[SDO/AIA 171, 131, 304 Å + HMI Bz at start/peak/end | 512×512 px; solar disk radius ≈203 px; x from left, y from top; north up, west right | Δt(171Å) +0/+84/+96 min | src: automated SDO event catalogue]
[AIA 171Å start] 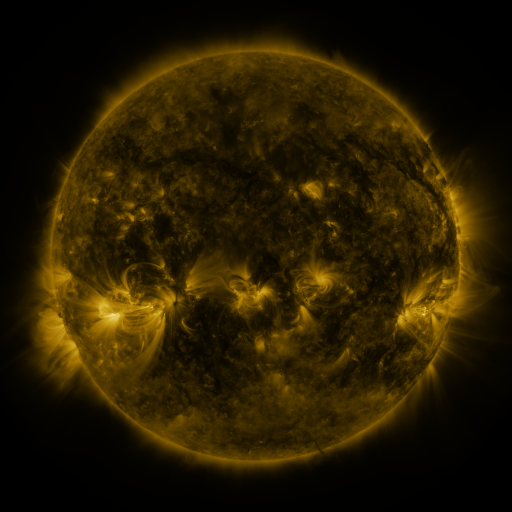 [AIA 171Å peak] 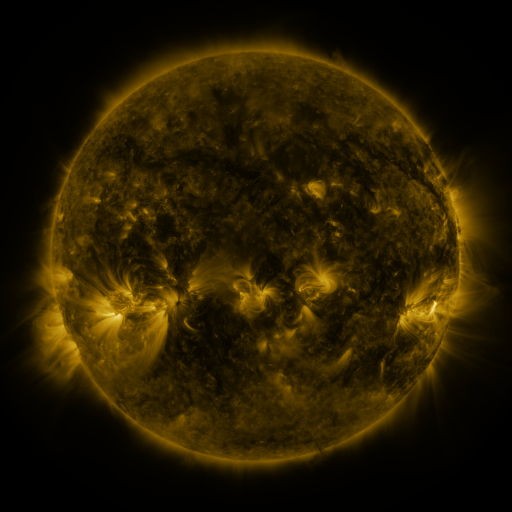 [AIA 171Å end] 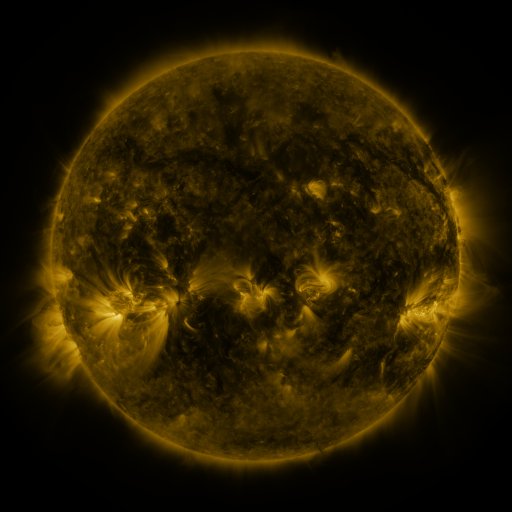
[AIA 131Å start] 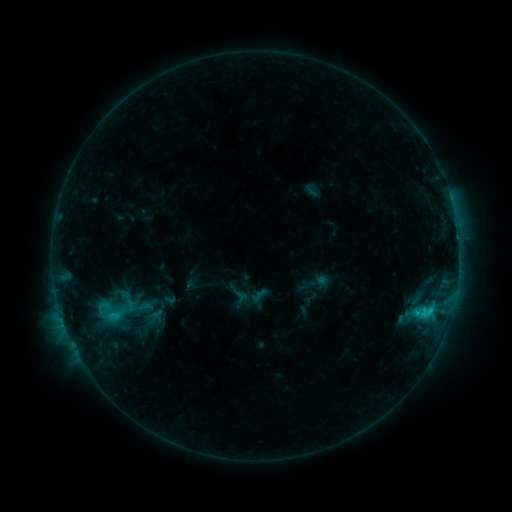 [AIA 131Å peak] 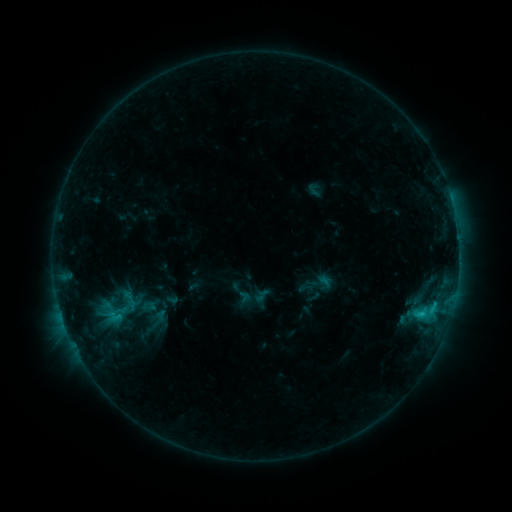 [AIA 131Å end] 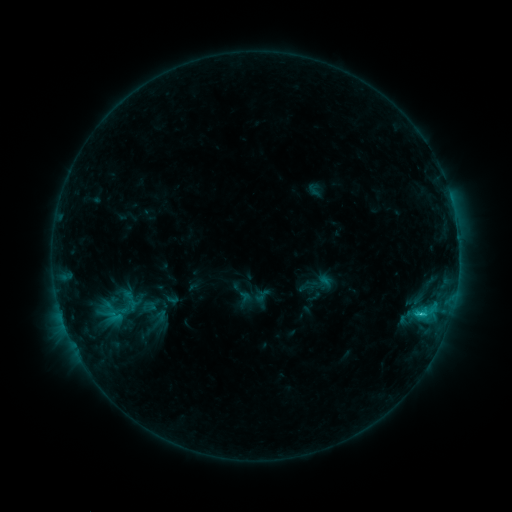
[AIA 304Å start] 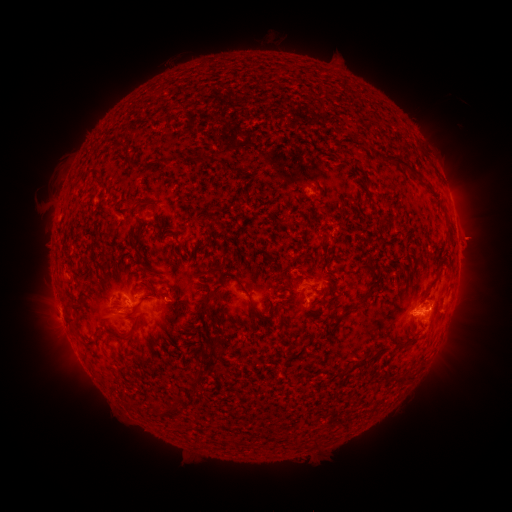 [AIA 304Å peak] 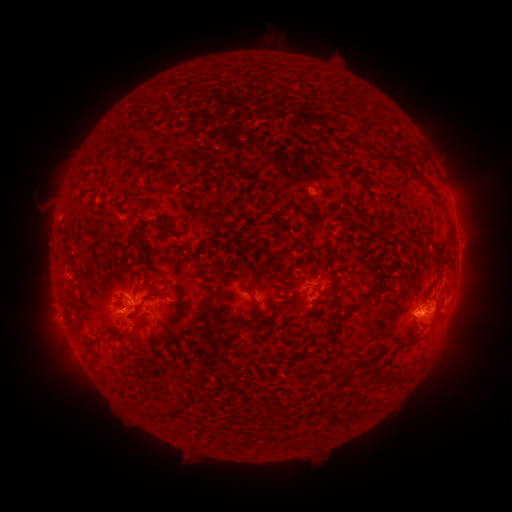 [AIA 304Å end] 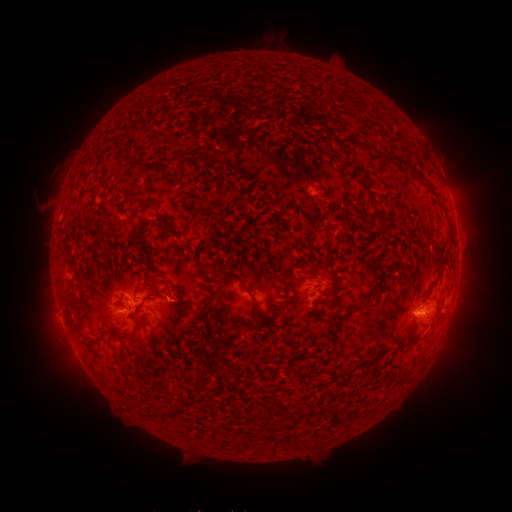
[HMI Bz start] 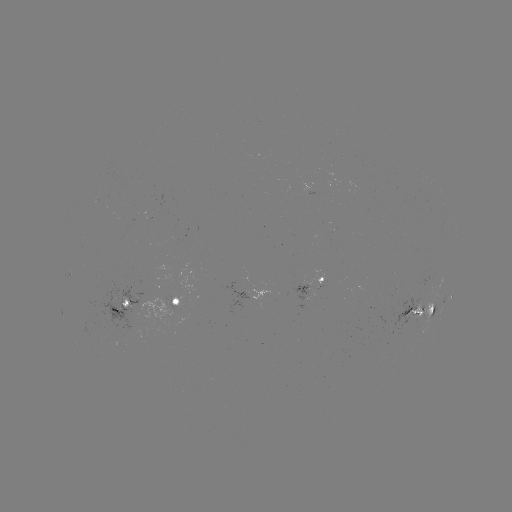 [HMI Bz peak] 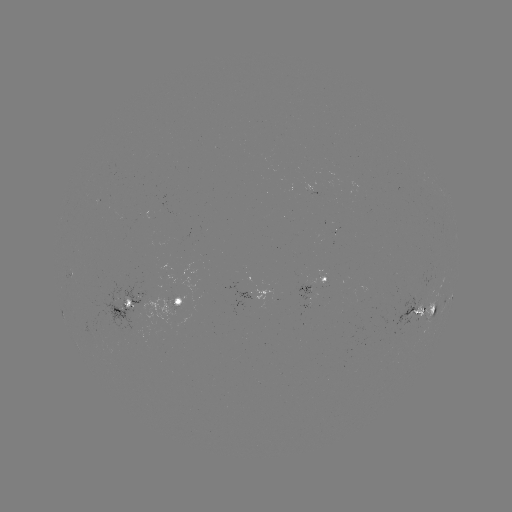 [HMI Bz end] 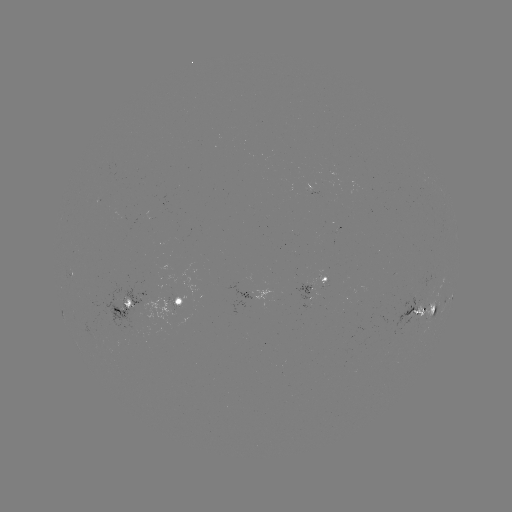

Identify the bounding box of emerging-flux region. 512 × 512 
[305, 271, 326, 288].